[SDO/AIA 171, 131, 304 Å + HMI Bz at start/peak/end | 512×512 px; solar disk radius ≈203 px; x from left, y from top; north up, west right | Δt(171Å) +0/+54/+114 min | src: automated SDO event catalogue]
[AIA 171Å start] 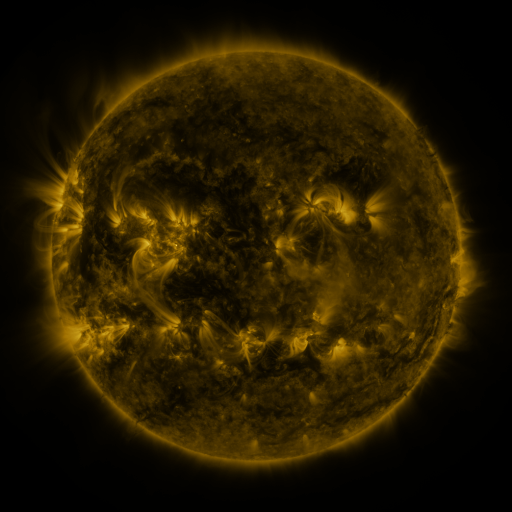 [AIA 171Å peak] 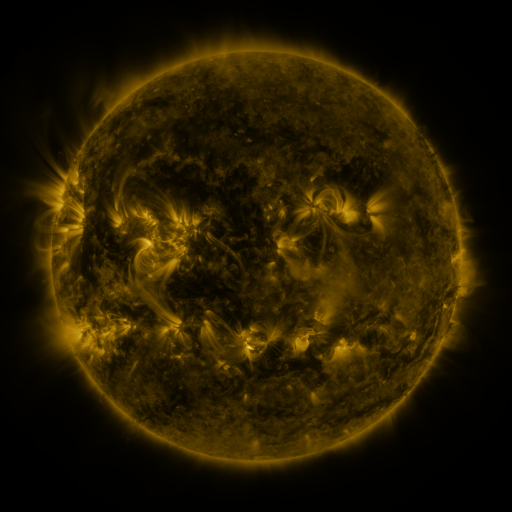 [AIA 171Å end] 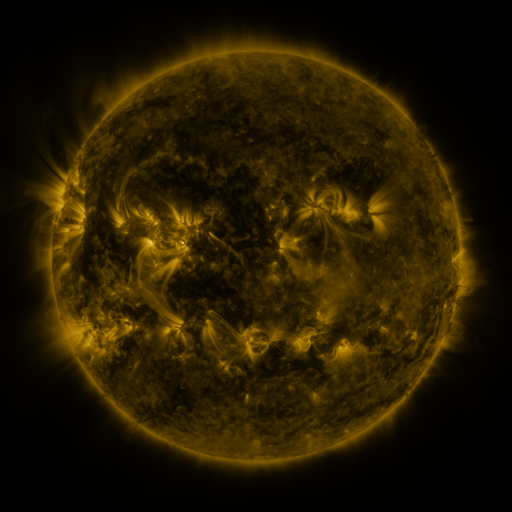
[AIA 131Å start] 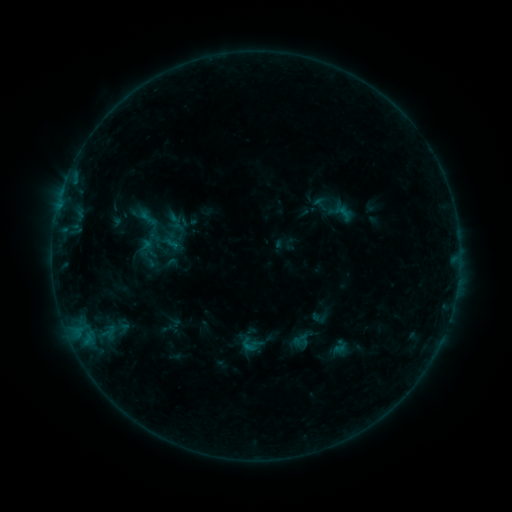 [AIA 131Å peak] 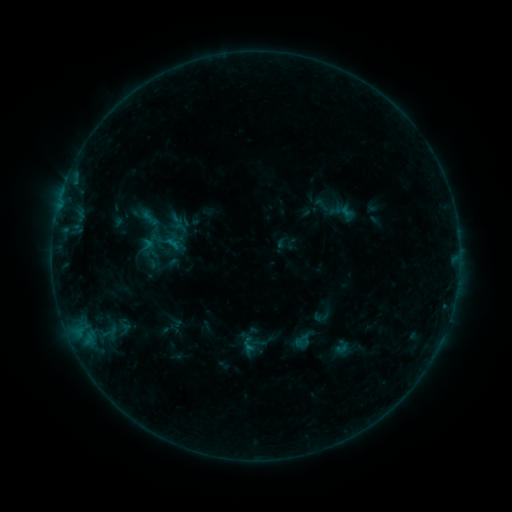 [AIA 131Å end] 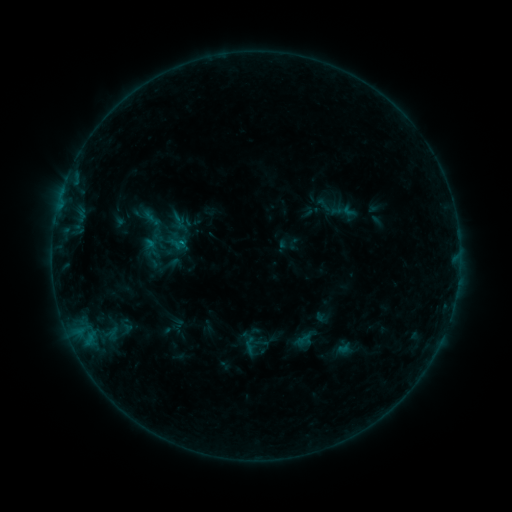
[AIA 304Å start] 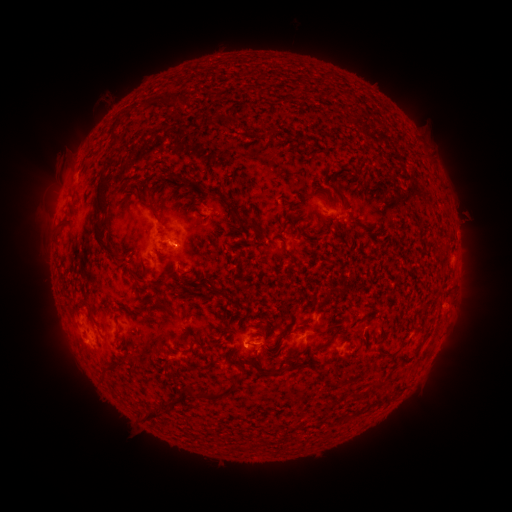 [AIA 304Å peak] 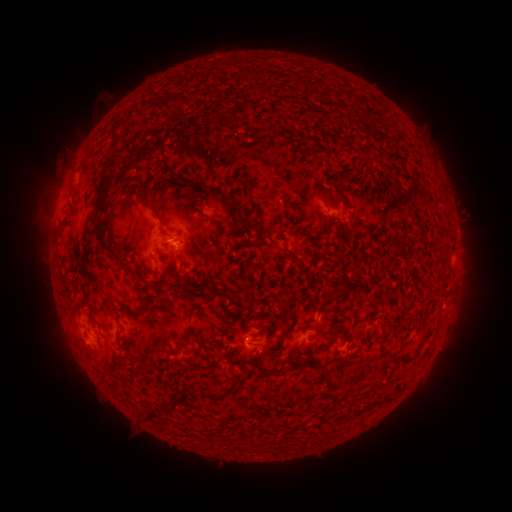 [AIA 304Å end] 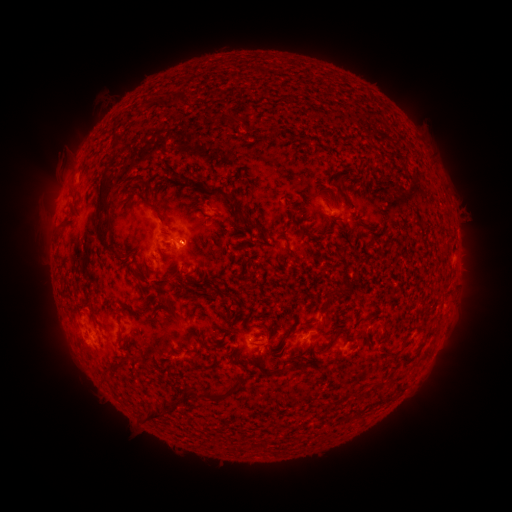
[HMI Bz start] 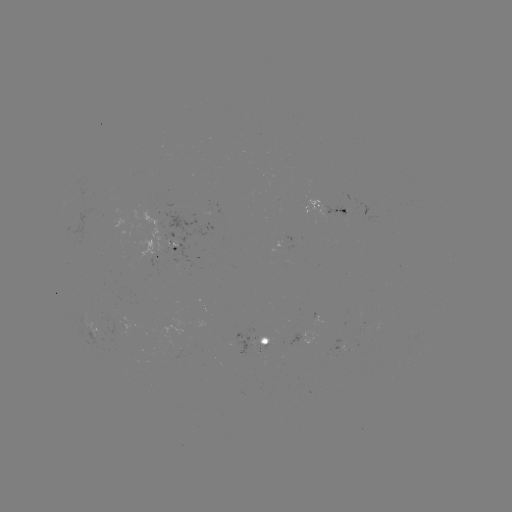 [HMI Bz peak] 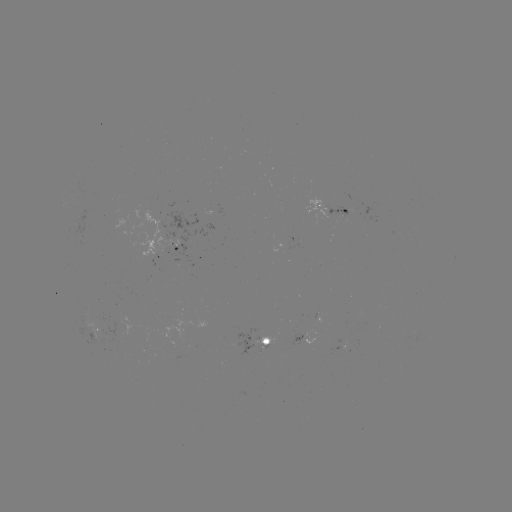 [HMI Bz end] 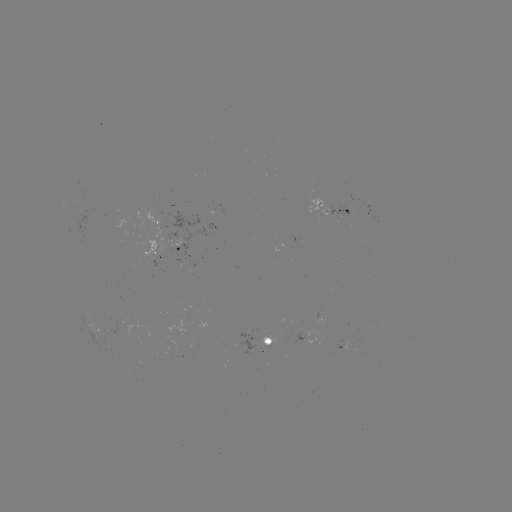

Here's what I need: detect filament eruption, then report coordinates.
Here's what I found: filament eruption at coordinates (379, 328).